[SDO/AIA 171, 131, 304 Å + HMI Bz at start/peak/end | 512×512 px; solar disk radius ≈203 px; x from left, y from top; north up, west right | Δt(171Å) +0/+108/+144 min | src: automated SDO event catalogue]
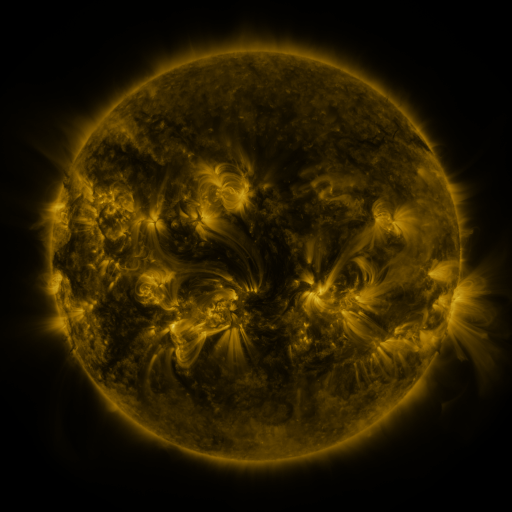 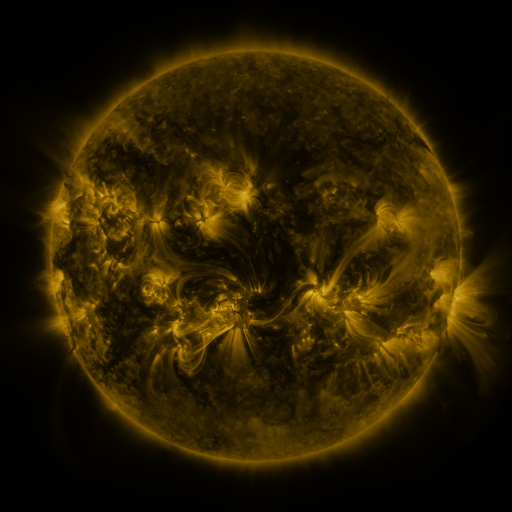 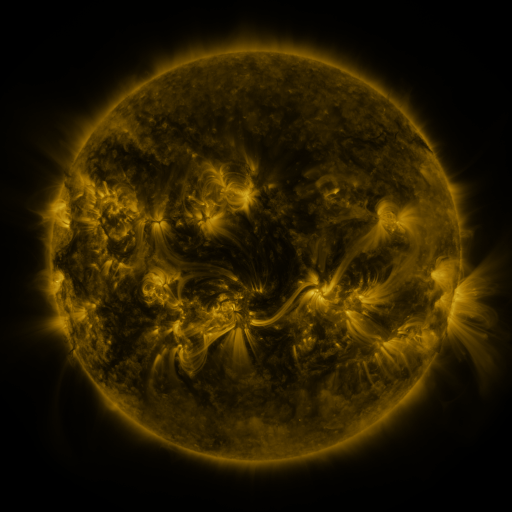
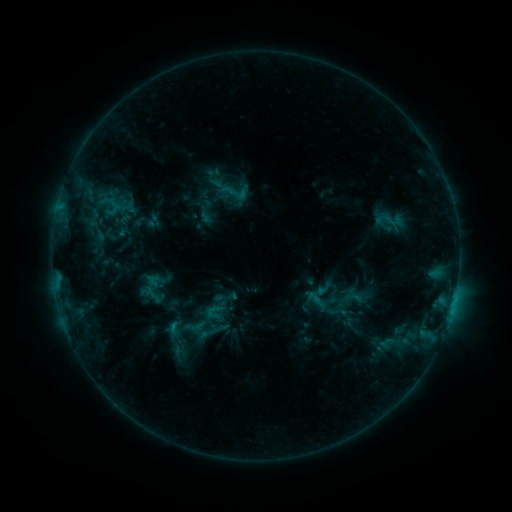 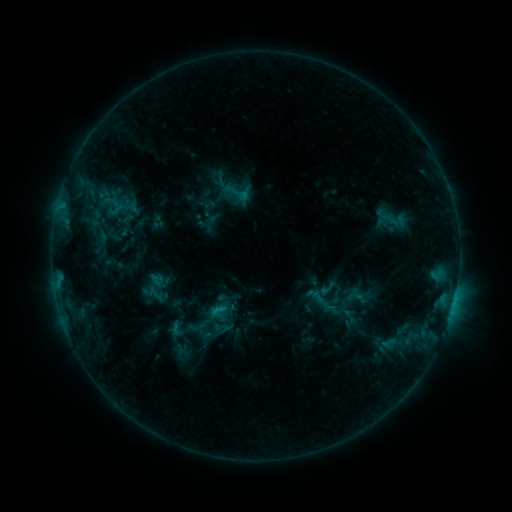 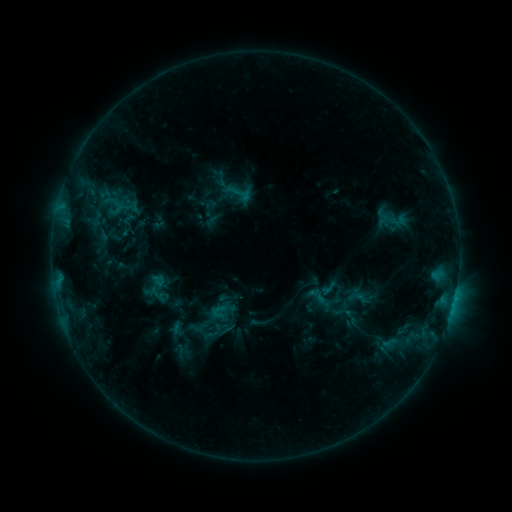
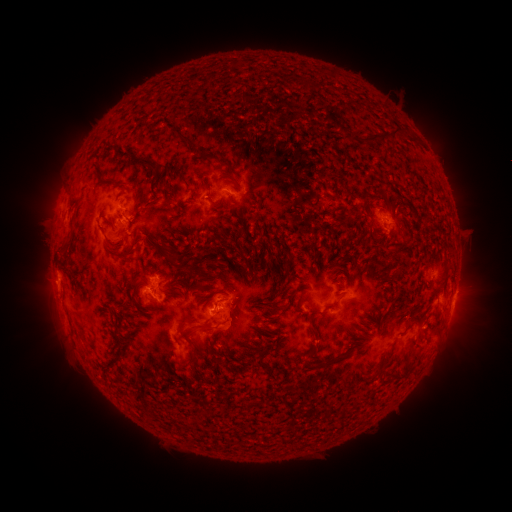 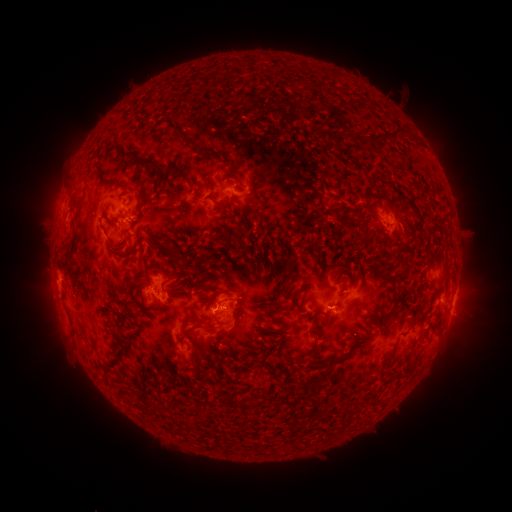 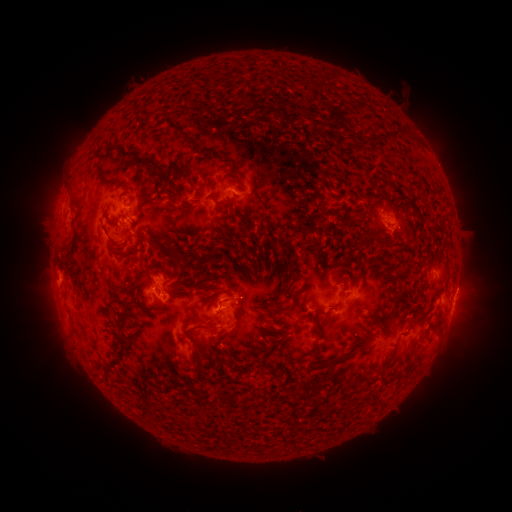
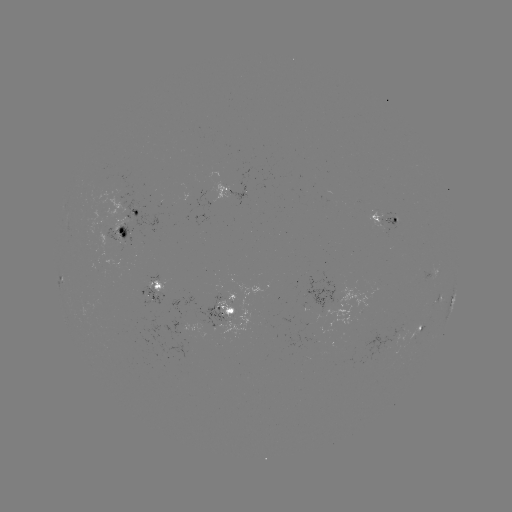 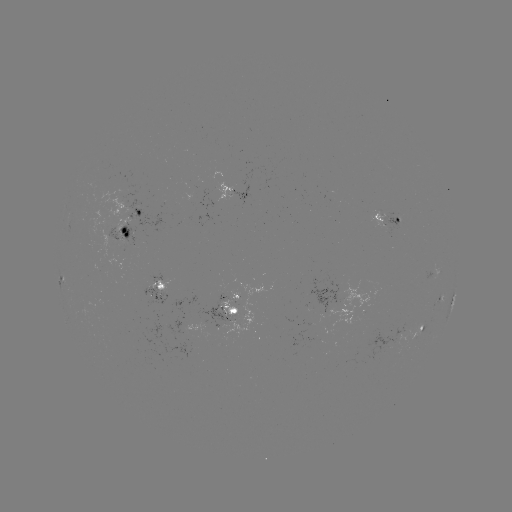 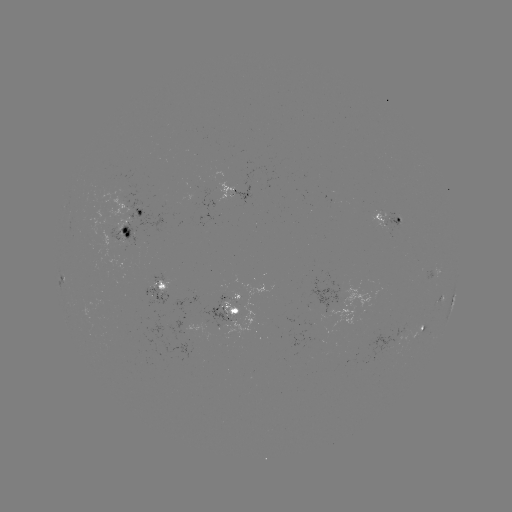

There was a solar emerging-flux region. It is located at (128, 233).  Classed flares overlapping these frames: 1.